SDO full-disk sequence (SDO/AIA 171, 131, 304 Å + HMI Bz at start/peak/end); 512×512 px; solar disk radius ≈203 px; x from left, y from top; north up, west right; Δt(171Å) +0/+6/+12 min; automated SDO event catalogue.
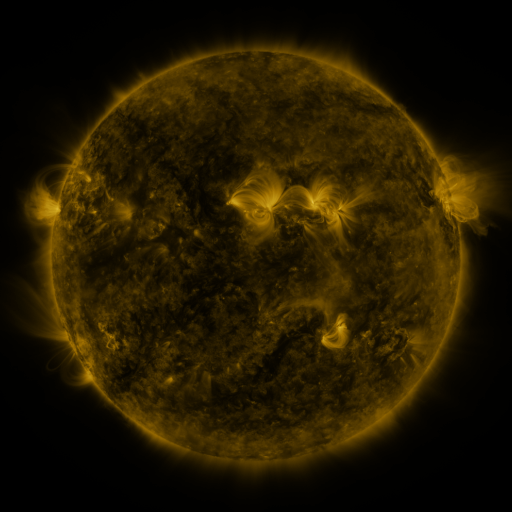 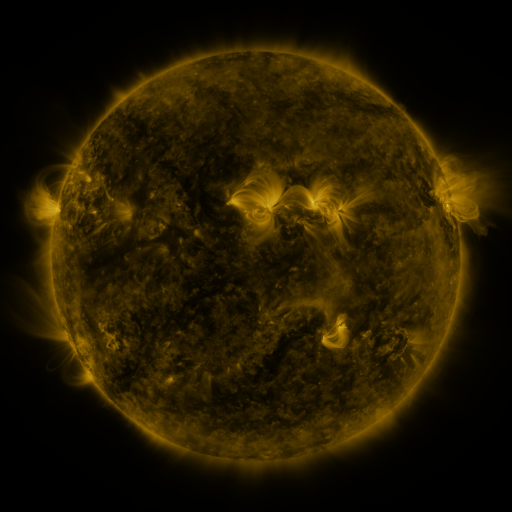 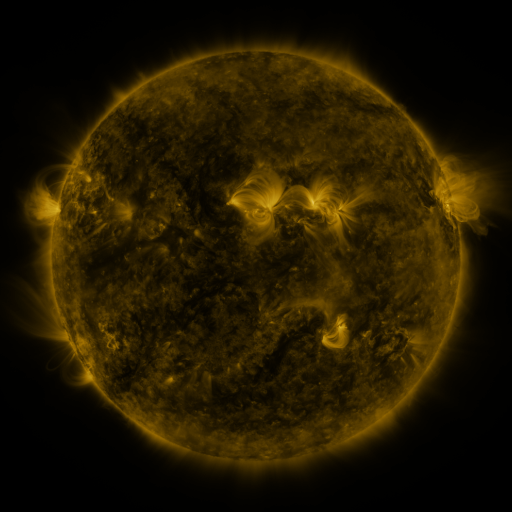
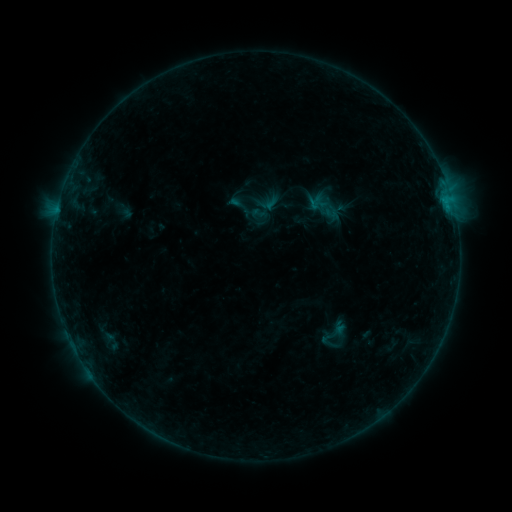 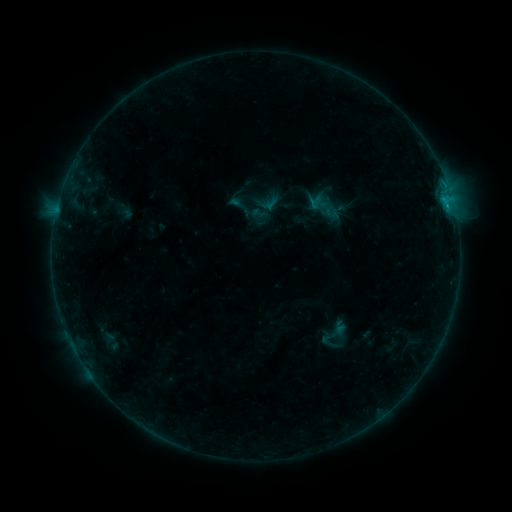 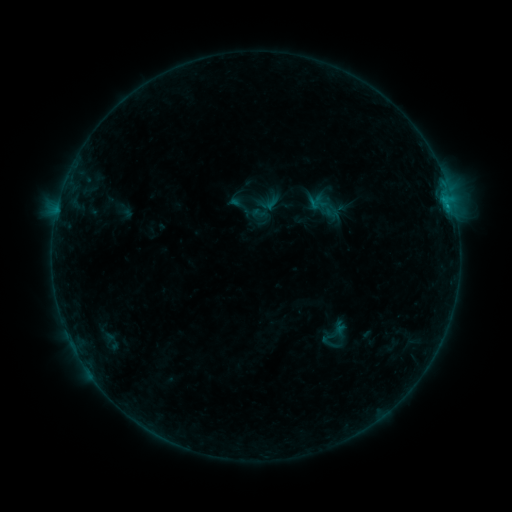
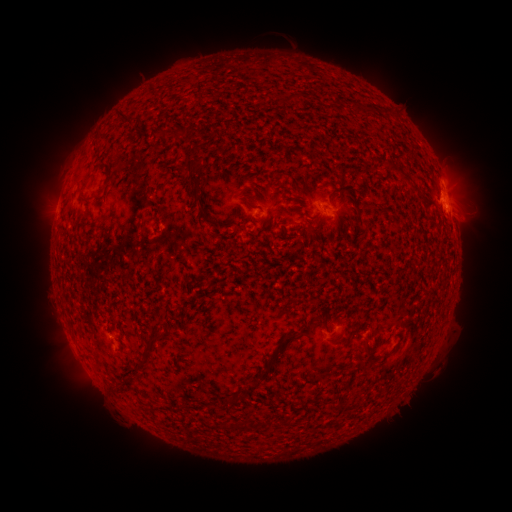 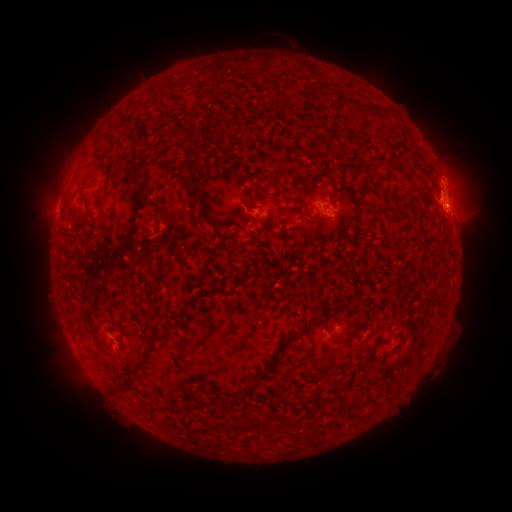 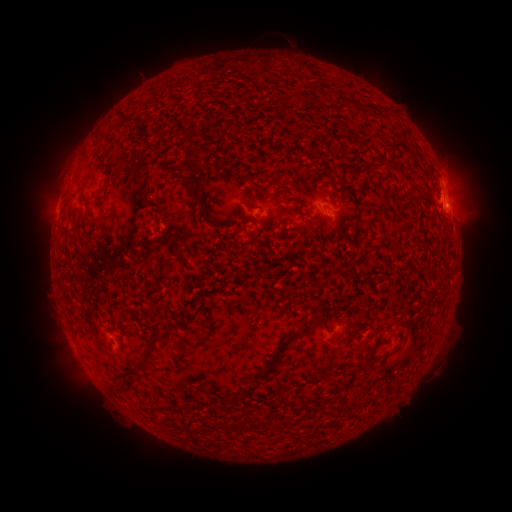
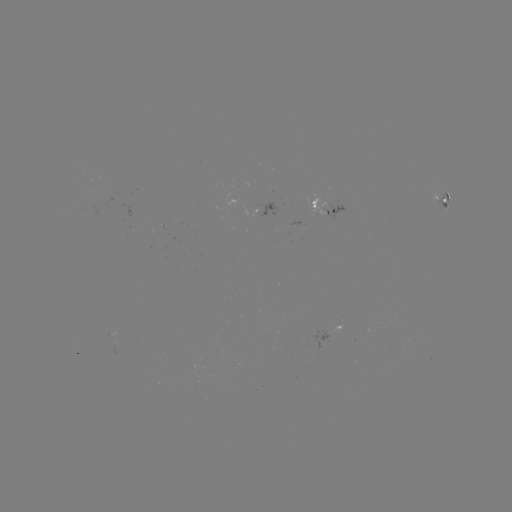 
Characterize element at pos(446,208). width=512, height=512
B8.6 flare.